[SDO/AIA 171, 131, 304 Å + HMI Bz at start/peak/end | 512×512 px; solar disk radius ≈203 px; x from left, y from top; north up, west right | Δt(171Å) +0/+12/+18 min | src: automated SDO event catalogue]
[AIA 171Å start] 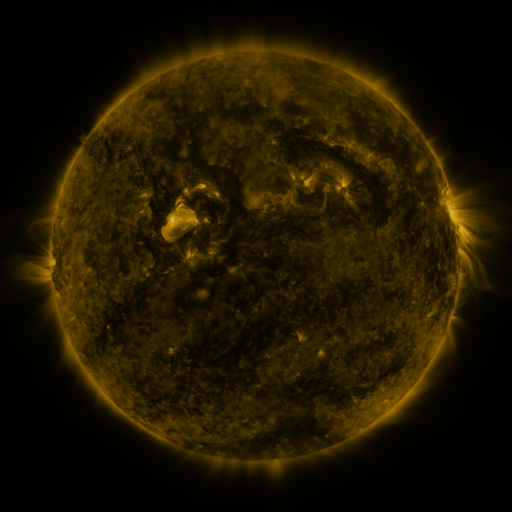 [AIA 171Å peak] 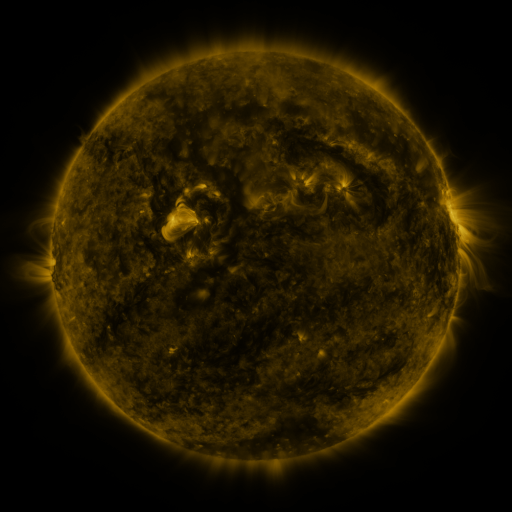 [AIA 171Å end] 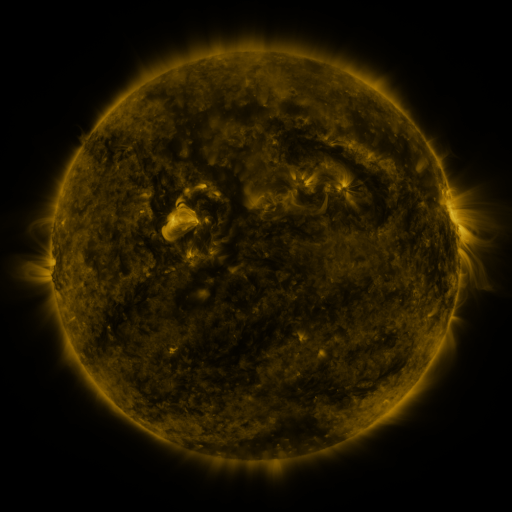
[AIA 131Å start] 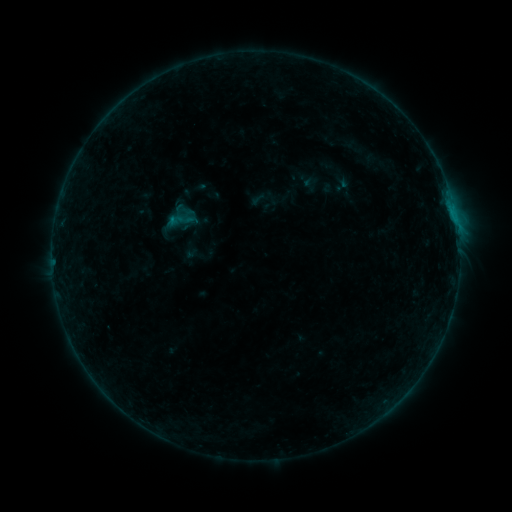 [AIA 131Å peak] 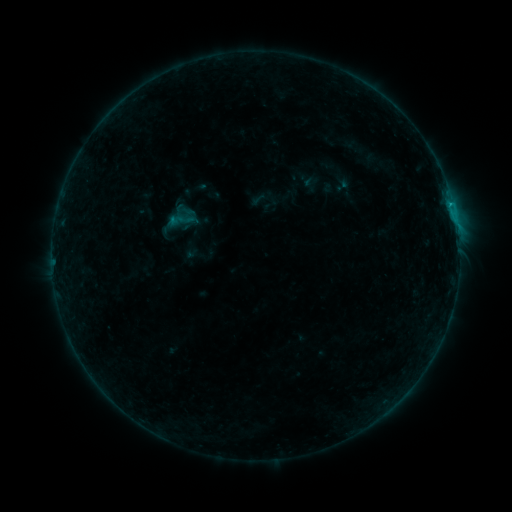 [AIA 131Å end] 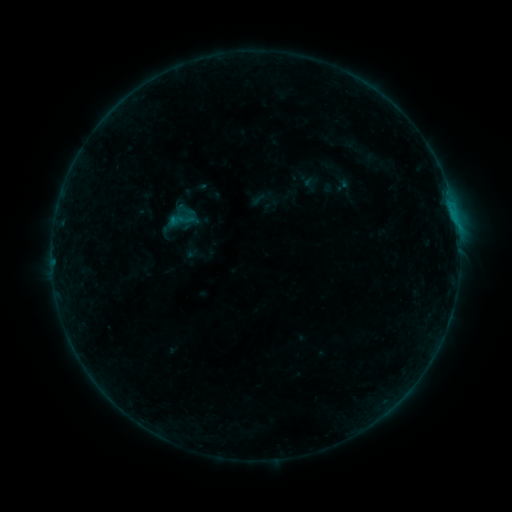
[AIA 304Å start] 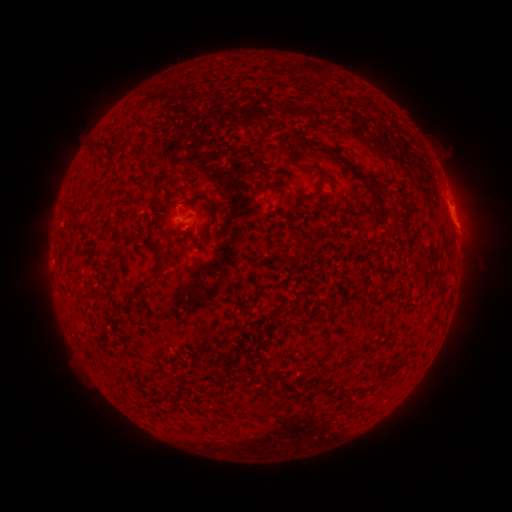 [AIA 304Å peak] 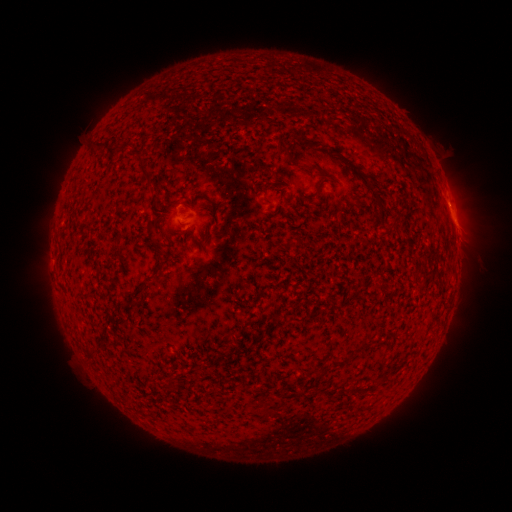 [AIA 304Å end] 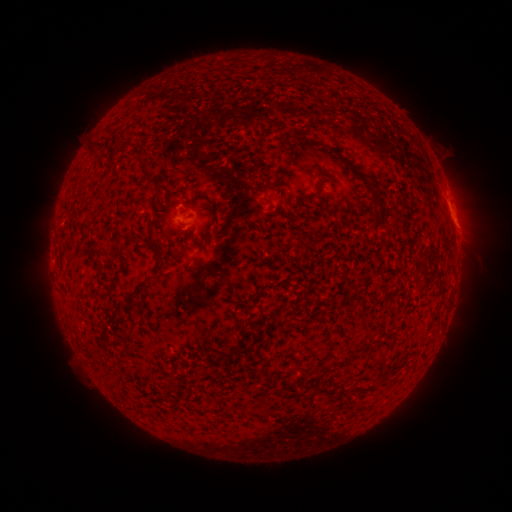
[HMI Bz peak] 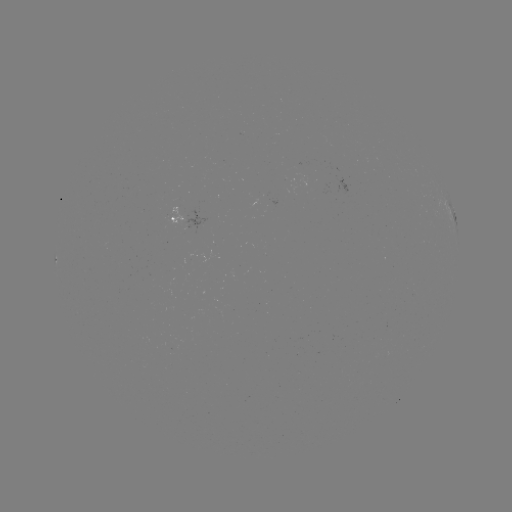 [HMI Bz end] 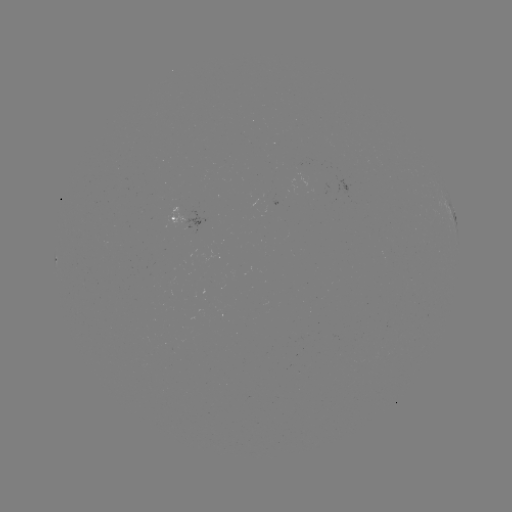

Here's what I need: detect B4.7 flare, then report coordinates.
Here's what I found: B4.7 flare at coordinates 459,262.